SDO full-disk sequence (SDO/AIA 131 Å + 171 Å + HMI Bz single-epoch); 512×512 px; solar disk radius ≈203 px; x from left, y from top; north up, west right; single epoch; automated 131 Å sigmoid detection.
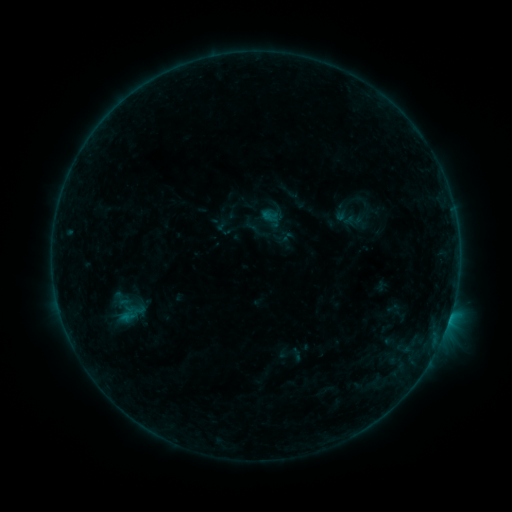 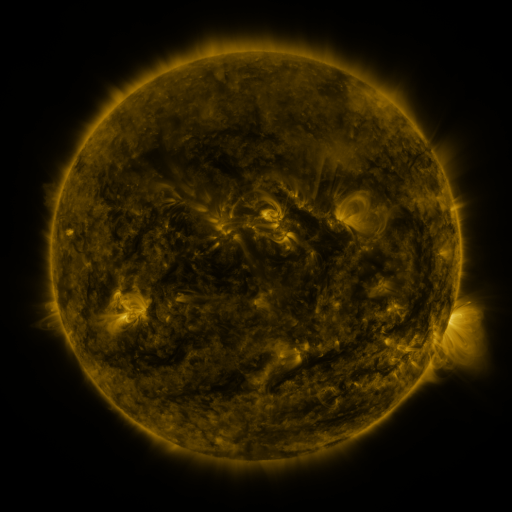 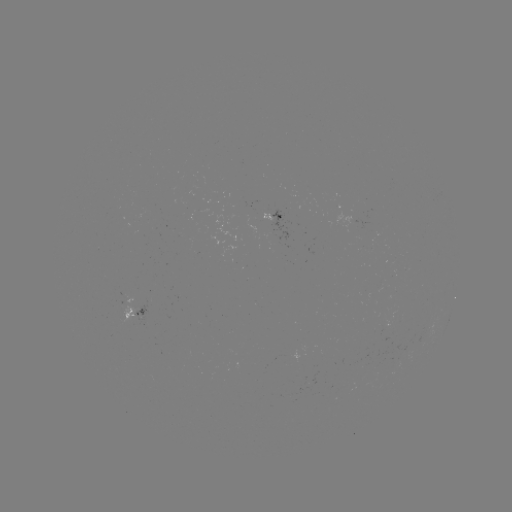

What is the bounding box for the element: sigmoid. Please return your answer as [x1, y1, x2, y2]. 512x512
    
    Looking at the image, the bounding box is [114, 297, 148, 329].